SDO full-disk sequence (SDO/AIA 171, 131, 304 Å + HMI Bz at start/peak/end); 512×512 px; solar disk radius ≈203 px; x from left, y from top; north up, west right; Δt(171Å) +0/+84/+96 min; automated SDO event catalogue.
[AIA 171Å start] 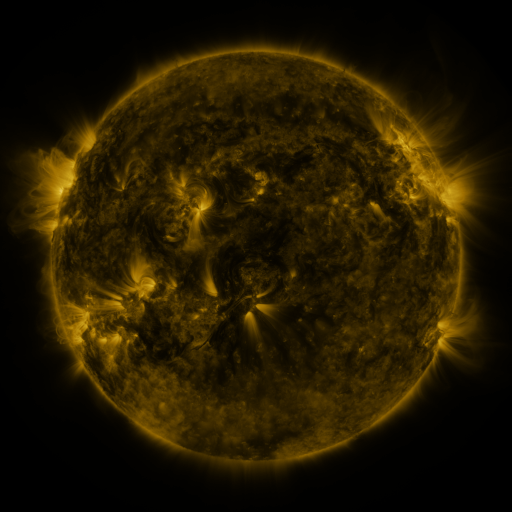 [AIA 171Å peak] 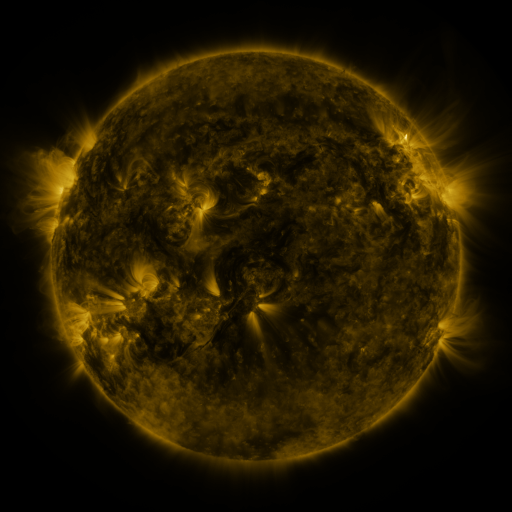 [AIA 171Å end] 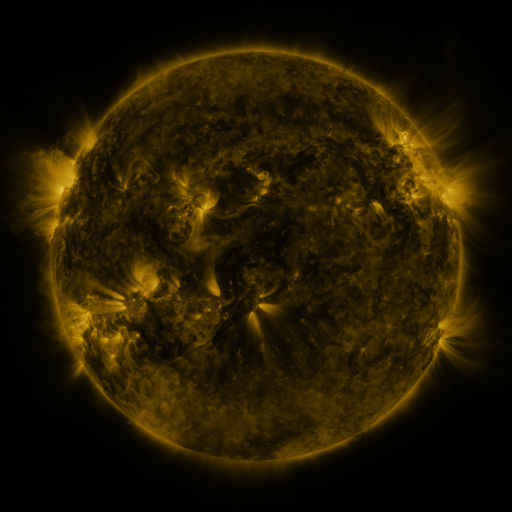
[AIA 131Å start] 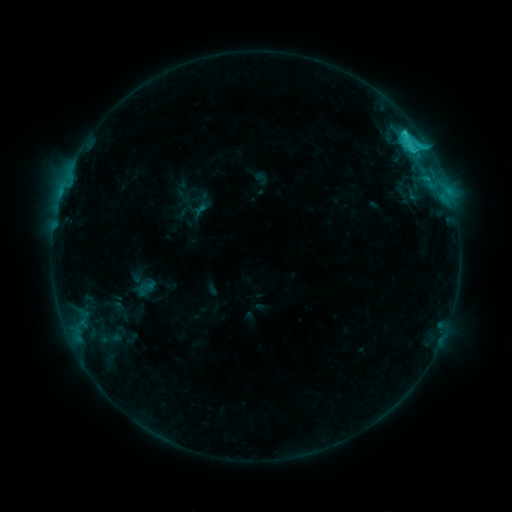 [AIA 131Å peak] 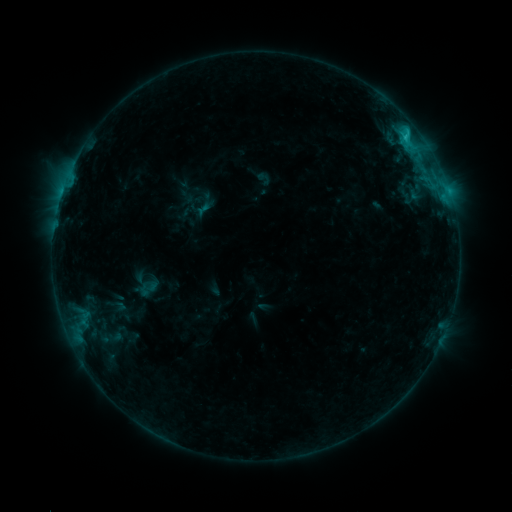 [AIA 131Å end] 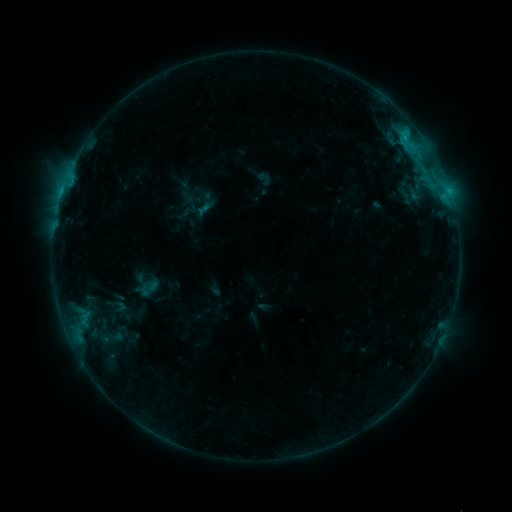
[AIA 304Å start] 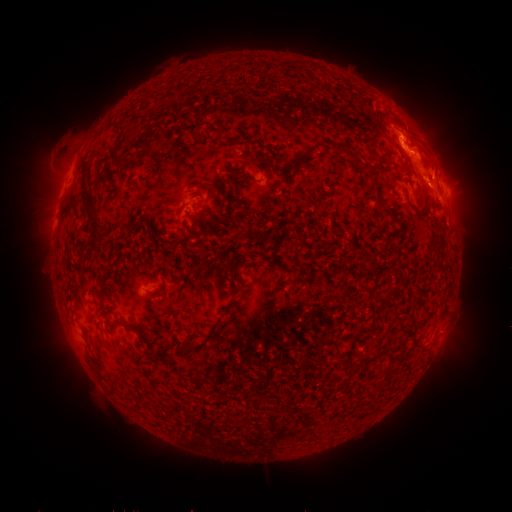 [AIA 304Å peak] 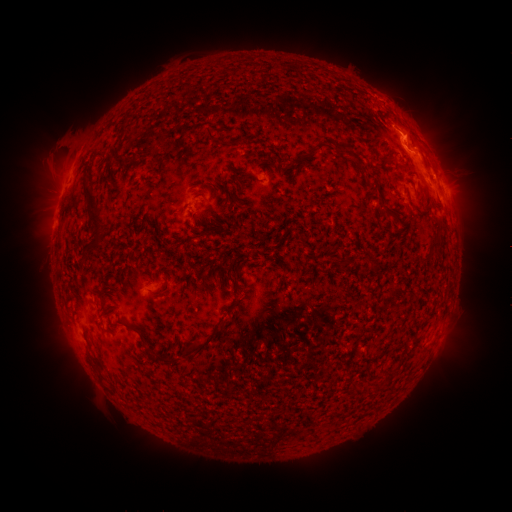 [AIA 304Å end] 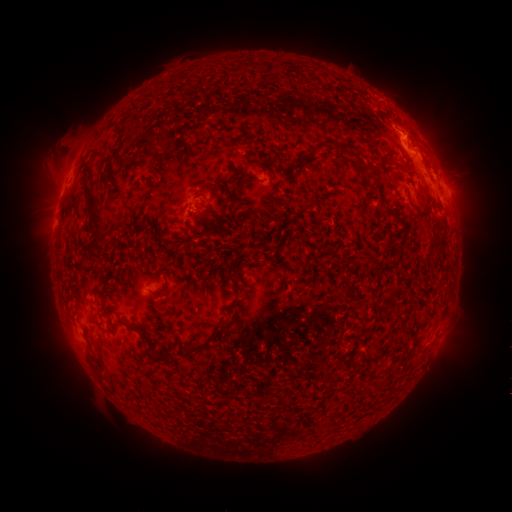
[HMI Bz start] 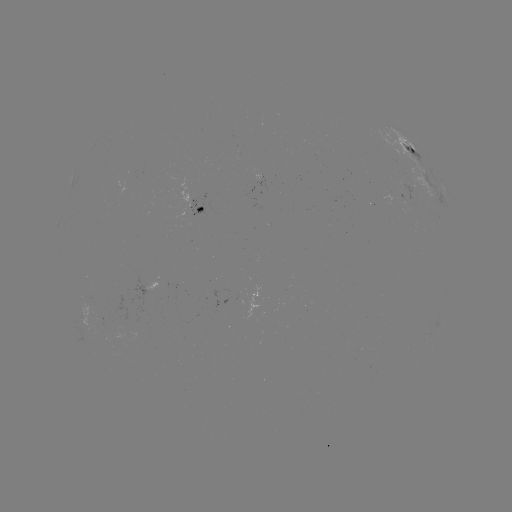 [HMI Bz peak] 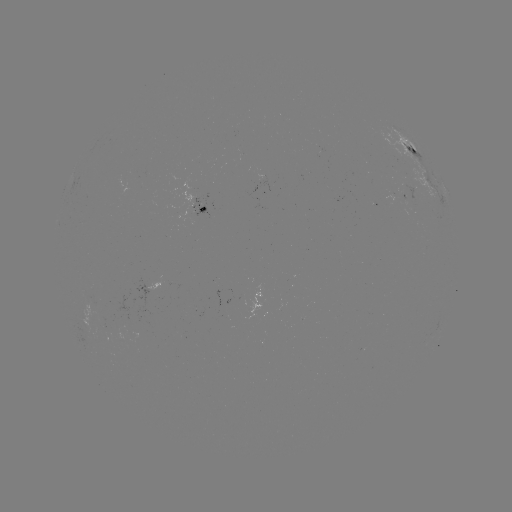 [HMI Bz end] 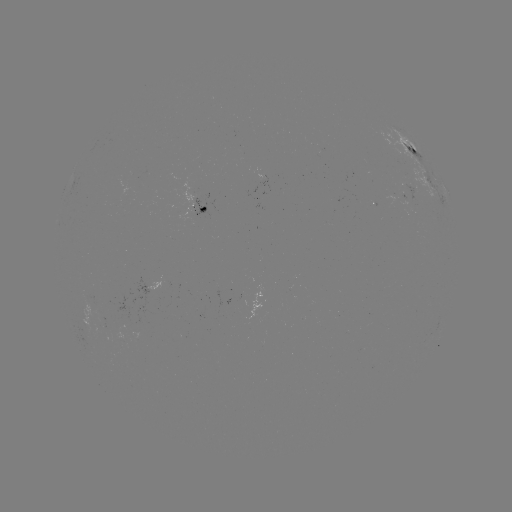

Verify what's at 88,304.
emerging-flux region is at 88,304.